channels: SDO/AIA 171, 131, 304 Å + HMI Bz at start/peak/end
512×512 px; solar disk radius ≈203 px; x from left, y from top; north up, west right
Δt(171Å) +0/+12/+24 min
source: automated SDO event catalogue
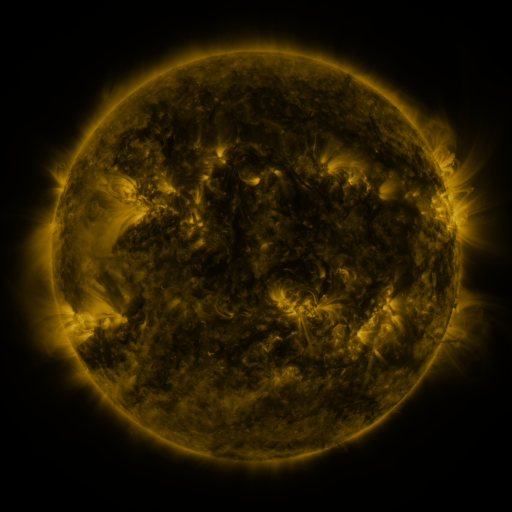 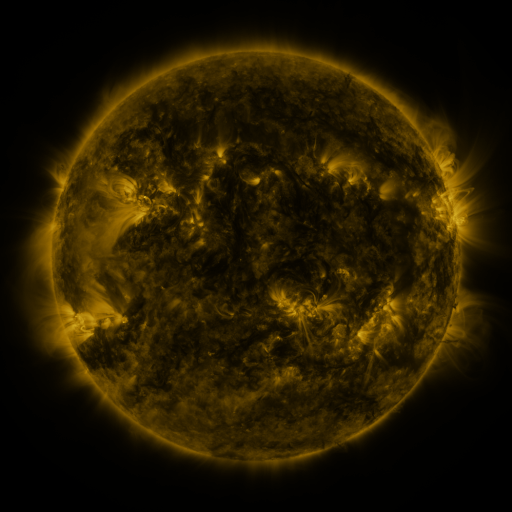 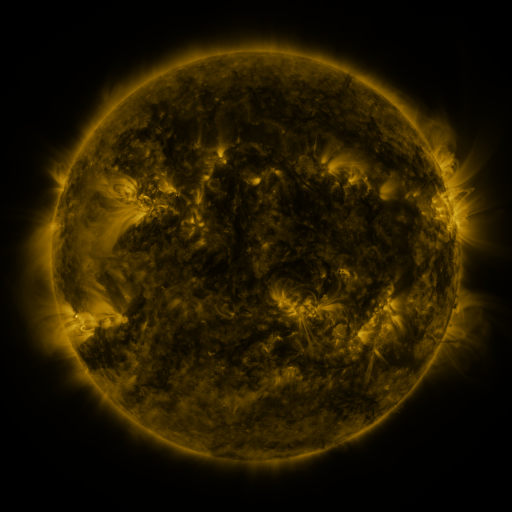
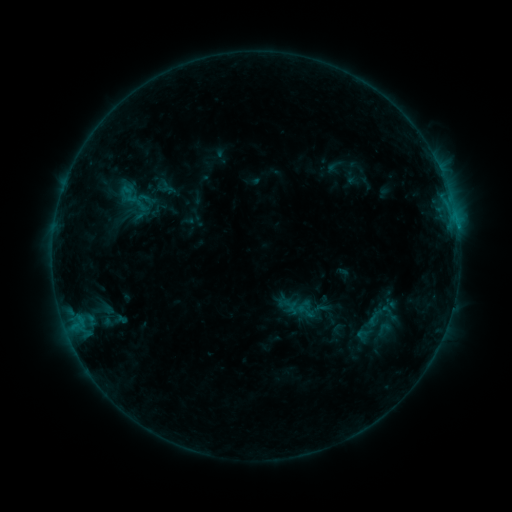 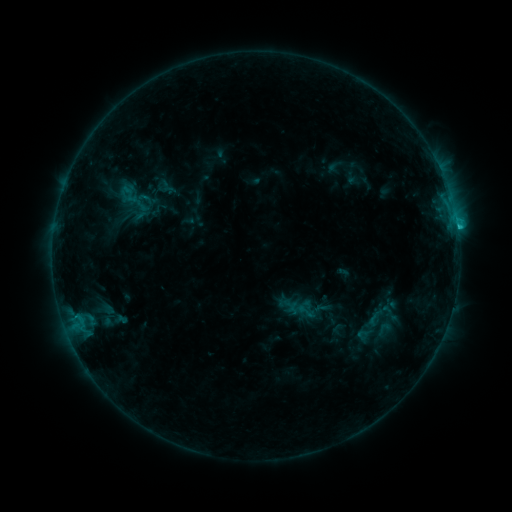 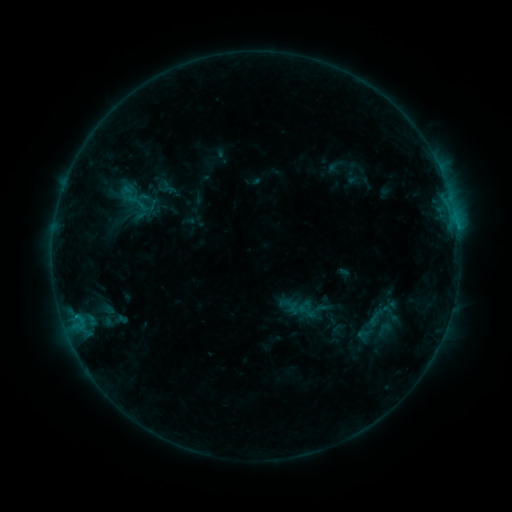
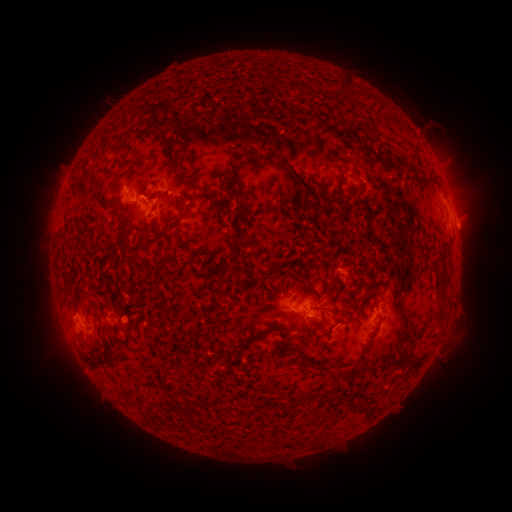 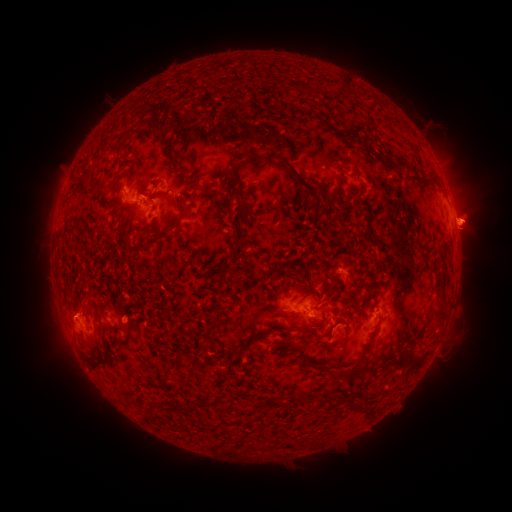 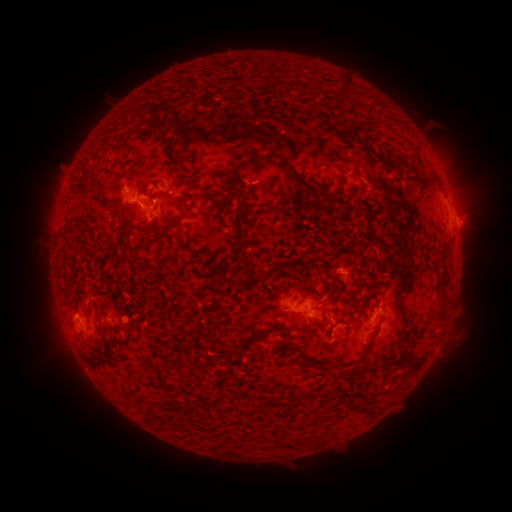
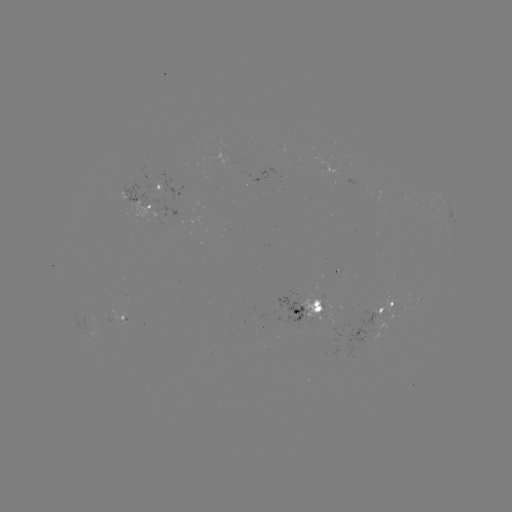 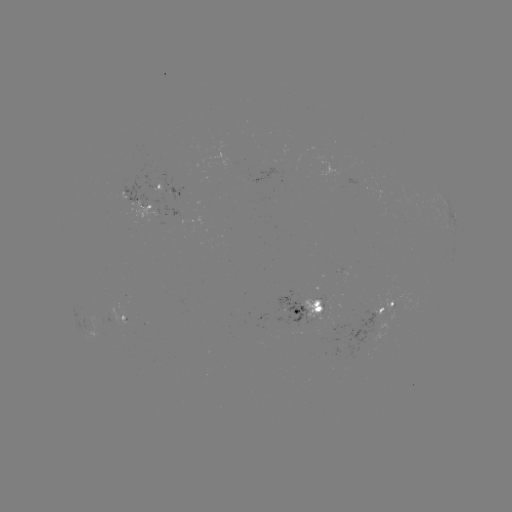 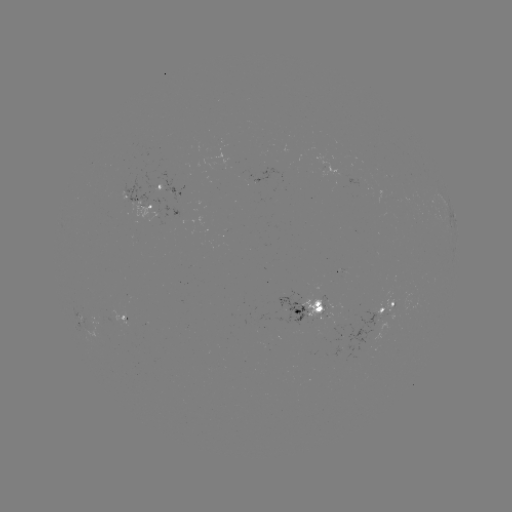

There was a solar eruption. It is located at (475, 223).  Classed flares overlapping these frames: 1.